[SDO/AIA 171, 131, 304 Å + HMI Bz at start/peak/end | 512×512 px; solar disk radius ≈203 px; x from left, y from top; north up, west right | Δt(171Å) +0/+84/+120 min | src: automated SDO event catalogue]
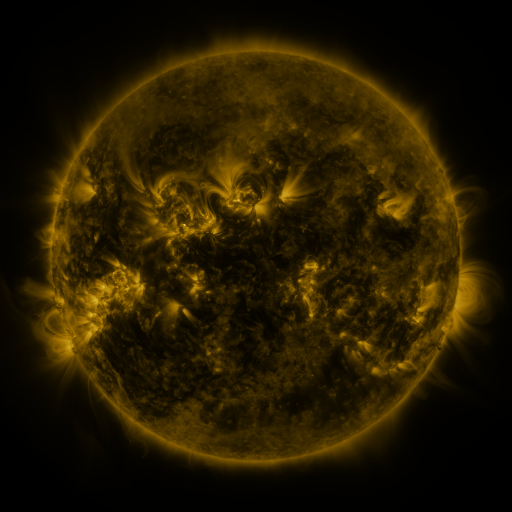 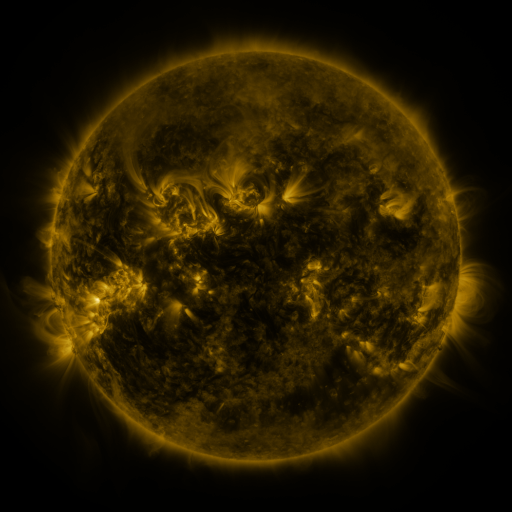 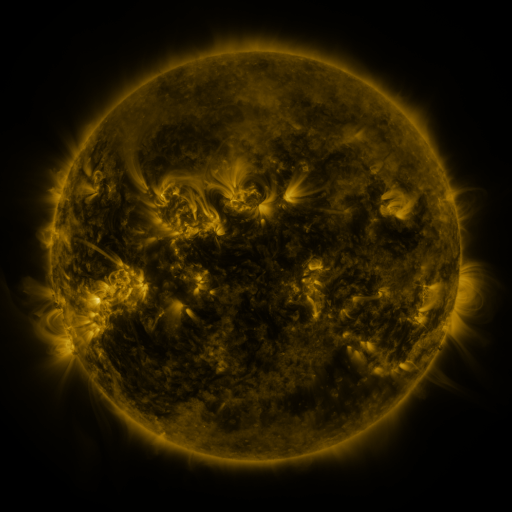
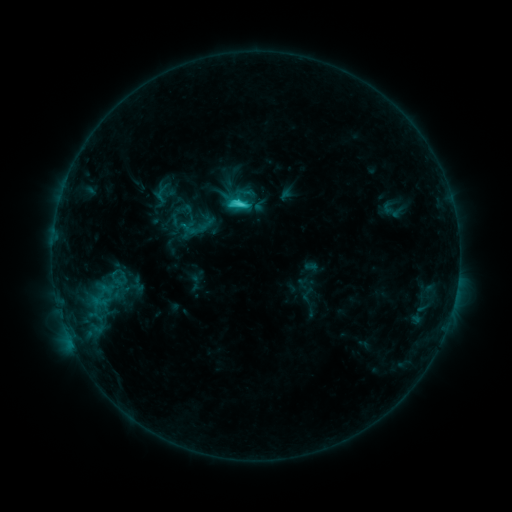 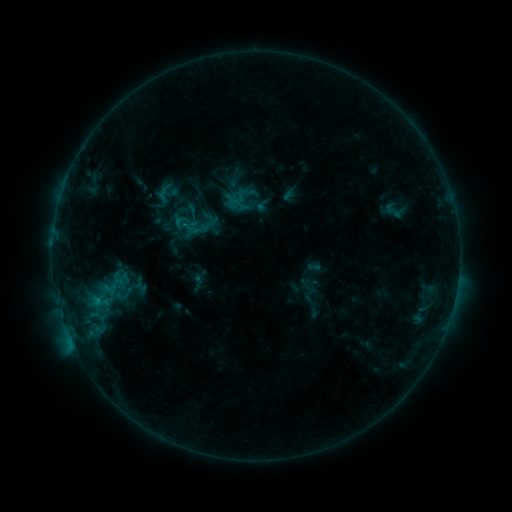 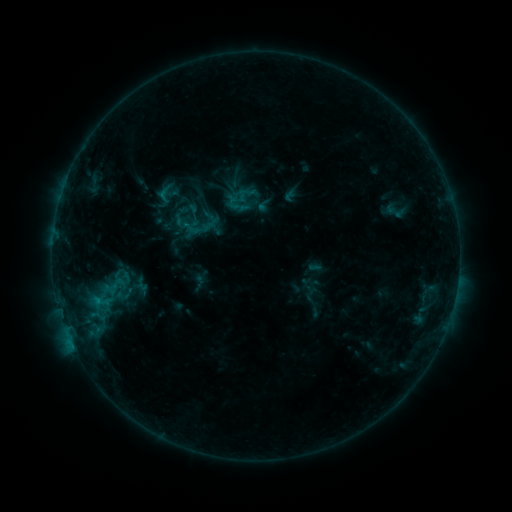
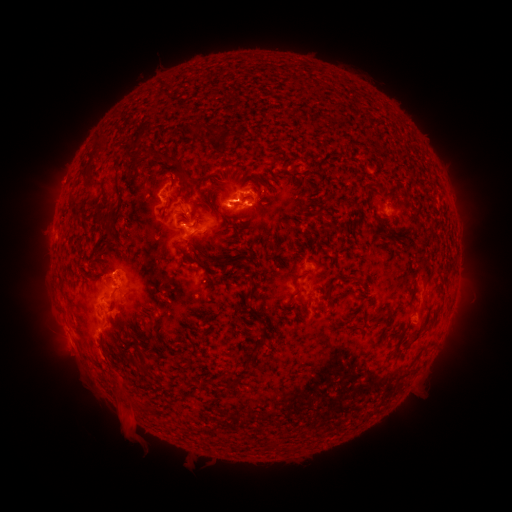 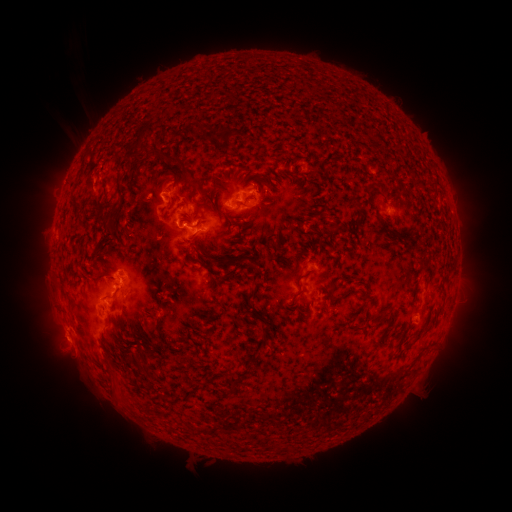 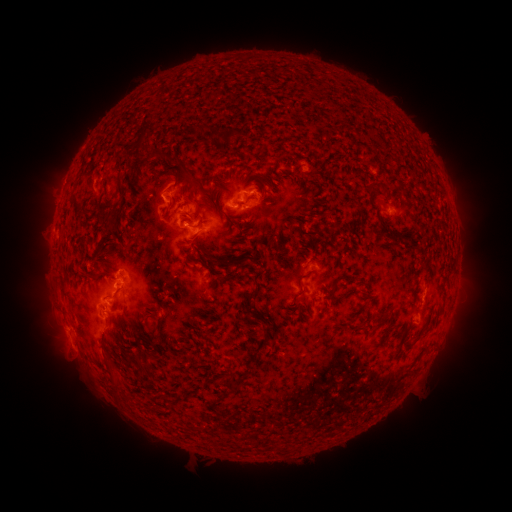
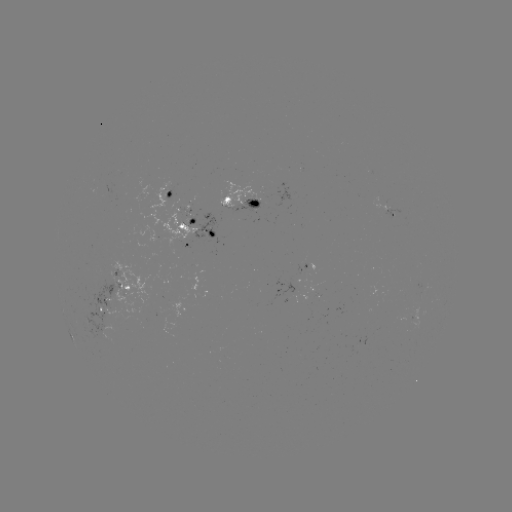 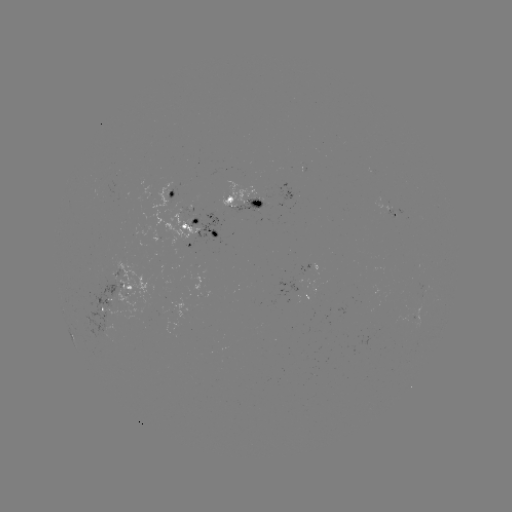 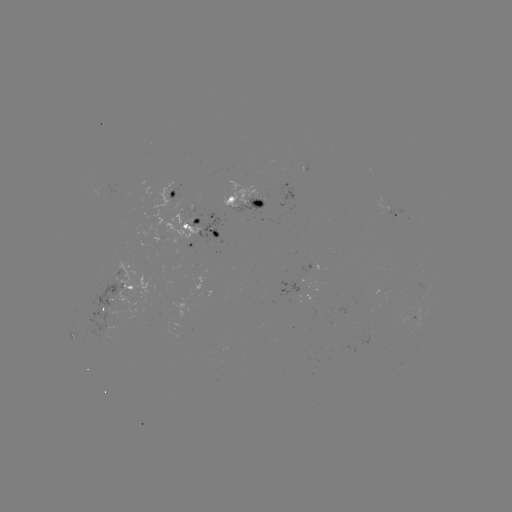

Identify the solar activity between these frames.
emerging-flux region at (105, 306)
